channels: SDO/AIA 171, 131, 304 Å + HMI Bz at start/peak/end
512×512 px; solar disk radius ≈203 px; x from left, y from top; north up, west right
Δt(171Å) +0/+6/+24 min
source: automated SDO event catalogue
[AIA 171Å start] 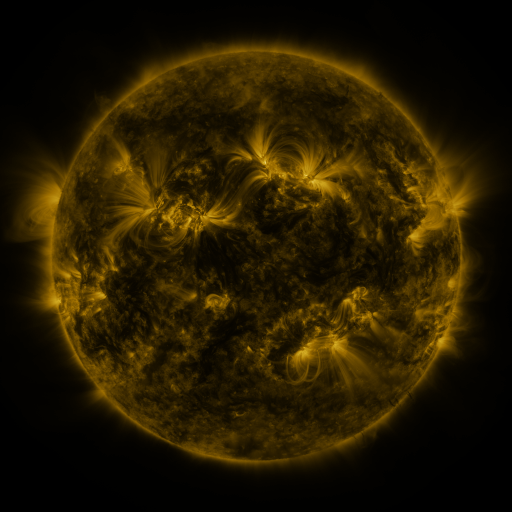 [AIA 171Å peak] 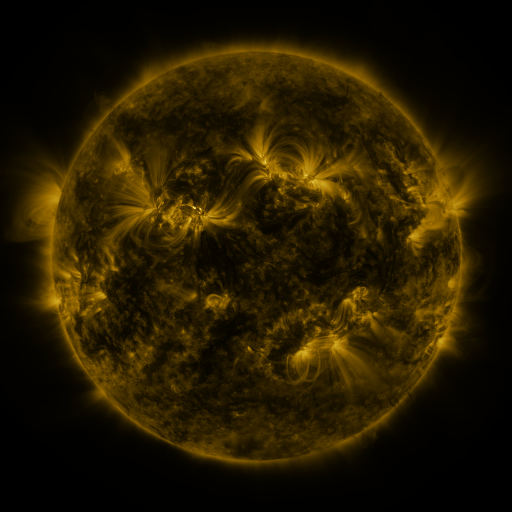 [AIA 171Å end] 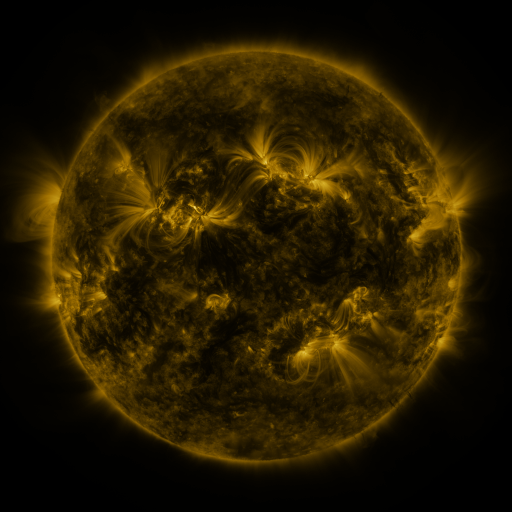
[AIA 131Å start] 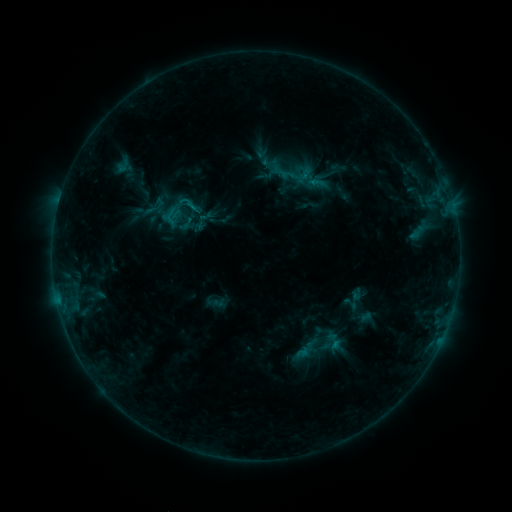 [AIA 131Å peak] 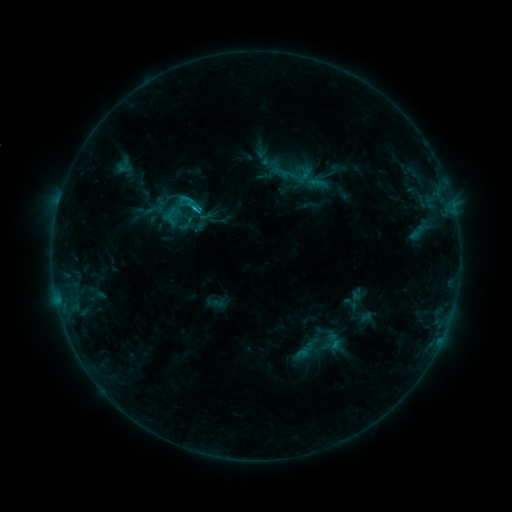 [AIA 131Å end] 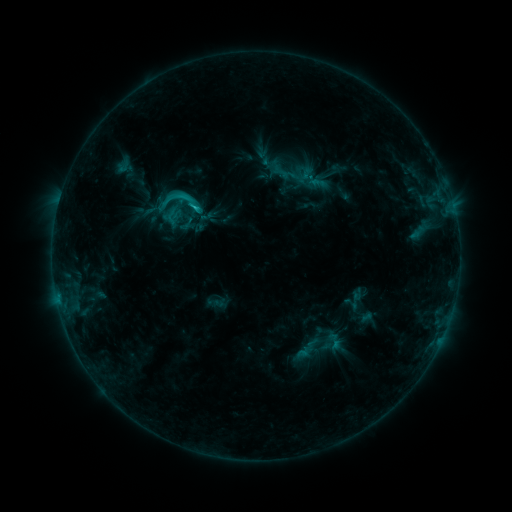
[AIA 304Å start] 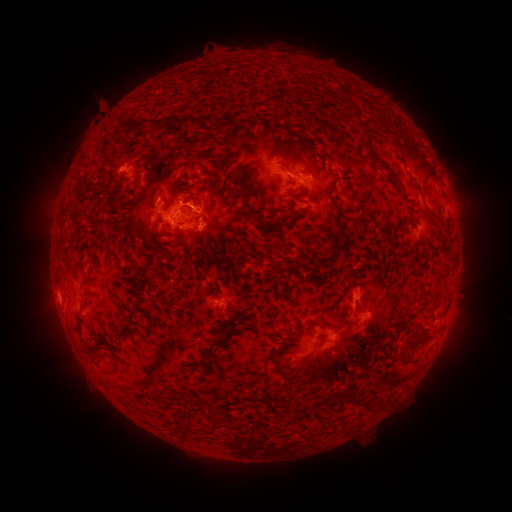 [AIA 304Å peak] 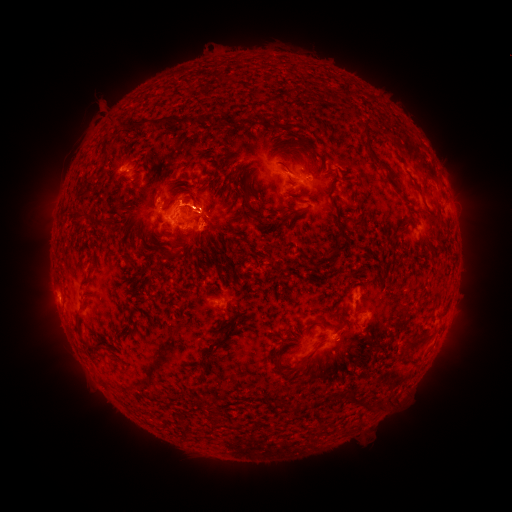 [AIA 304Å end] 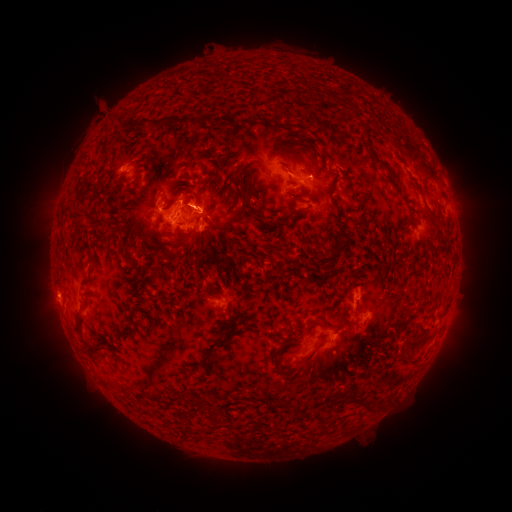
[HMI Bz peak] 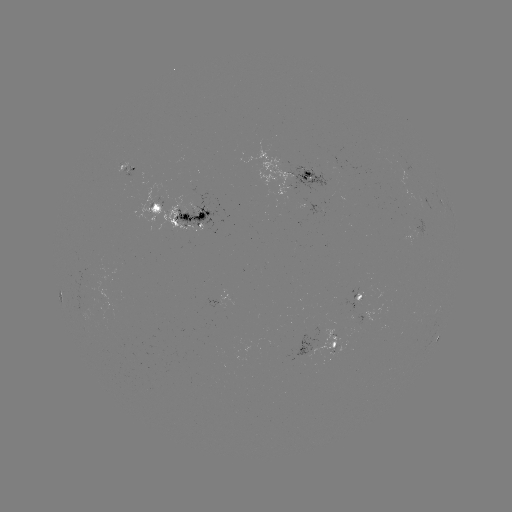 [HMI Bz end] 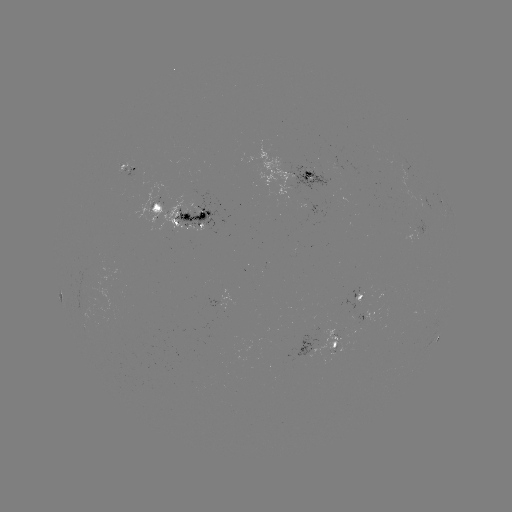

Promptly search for C2.8 flare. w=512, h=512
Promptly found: [197, 209].